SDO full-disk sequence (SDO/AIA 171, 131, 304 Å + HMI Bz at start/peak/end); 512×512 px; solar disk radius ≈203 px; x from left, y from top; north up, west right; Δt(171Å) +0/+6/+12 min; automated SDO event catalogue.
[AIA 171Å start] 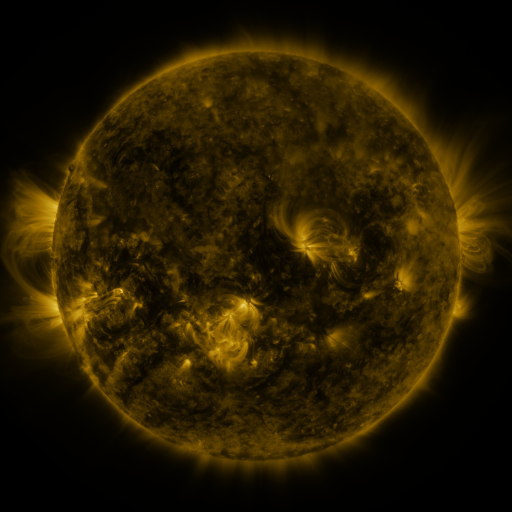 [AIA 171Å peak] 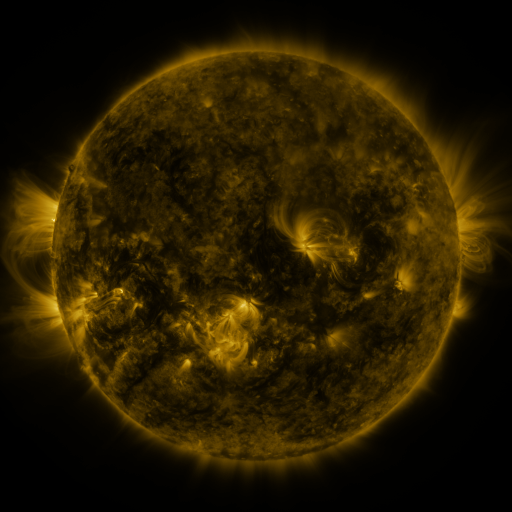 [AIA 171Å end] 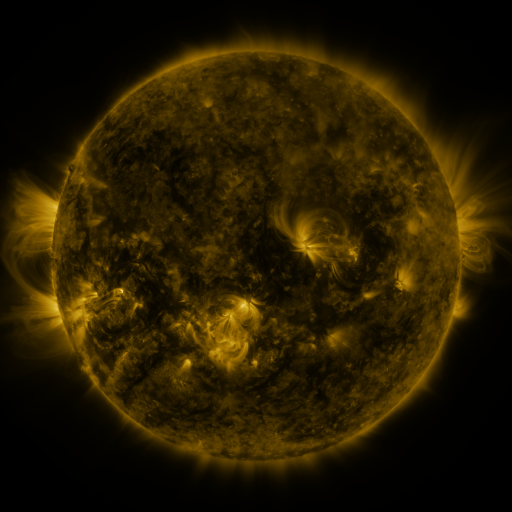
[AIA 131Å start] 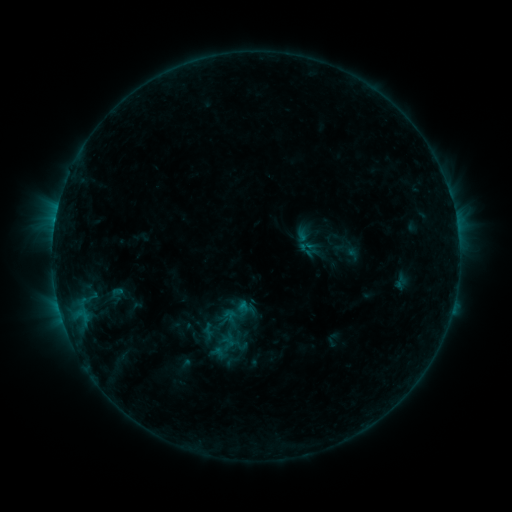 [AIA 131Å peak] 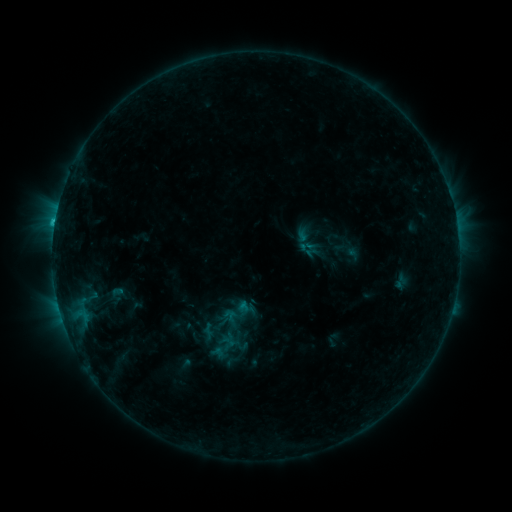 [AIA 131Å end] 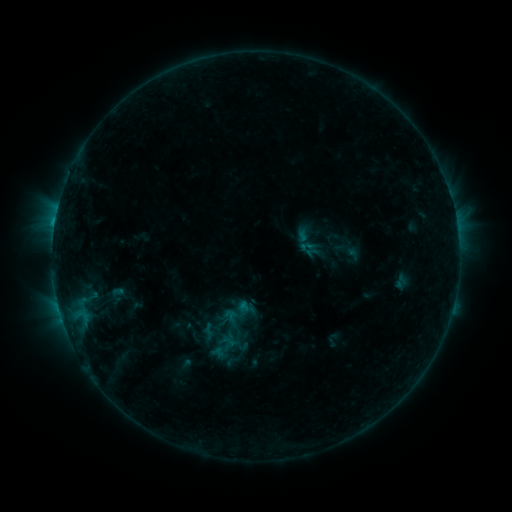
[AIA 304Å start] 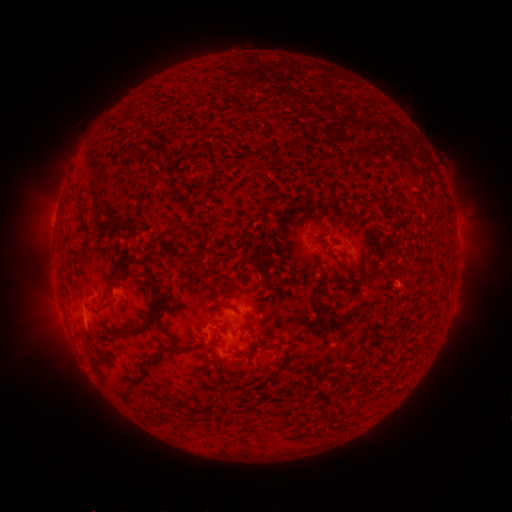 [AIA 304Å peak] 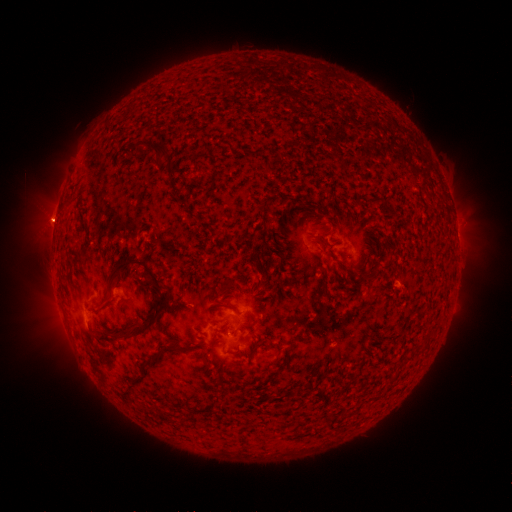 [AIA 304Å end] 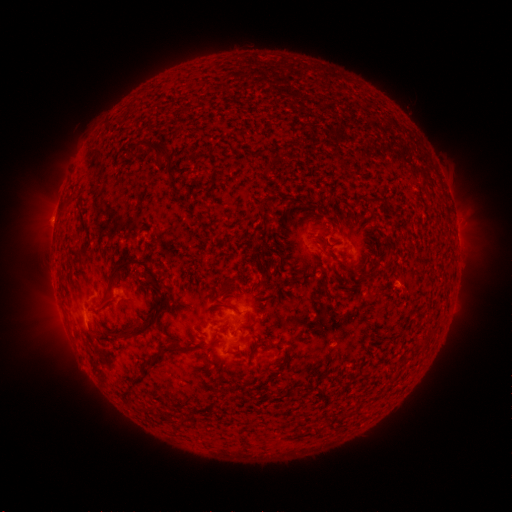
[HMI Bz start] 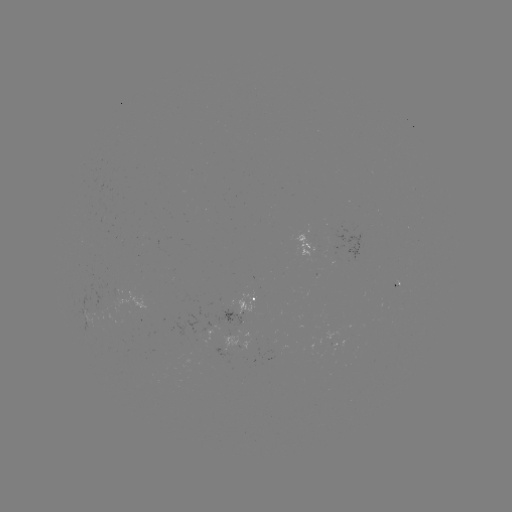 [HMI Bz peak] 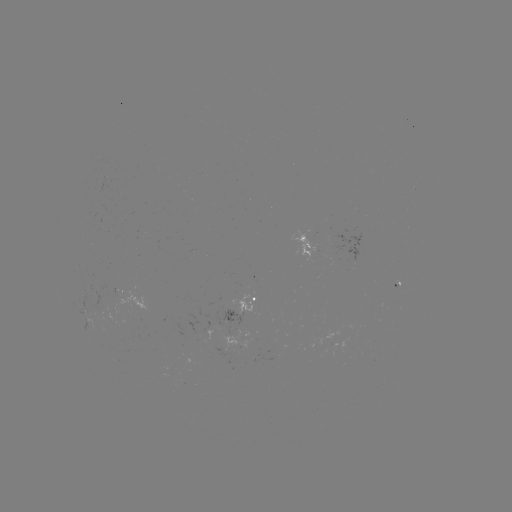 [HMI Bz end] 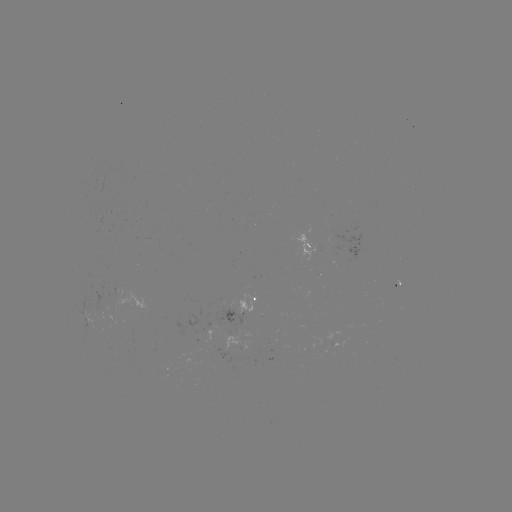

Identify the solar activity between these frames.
B8.9 flare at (56, 229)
